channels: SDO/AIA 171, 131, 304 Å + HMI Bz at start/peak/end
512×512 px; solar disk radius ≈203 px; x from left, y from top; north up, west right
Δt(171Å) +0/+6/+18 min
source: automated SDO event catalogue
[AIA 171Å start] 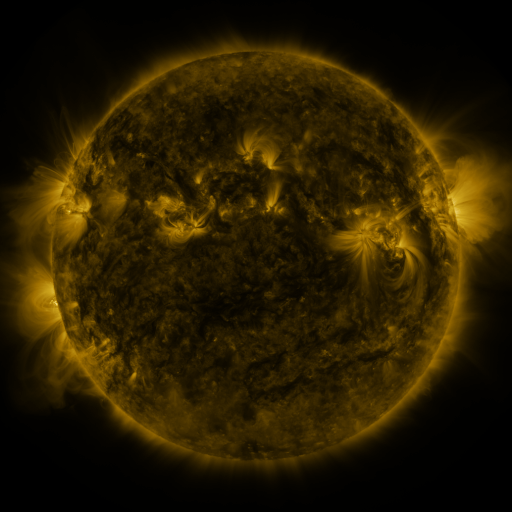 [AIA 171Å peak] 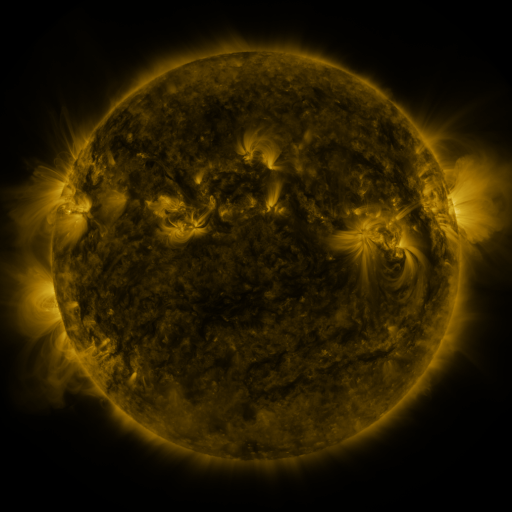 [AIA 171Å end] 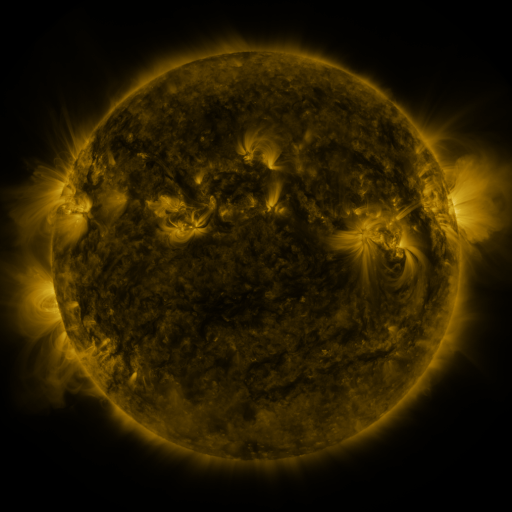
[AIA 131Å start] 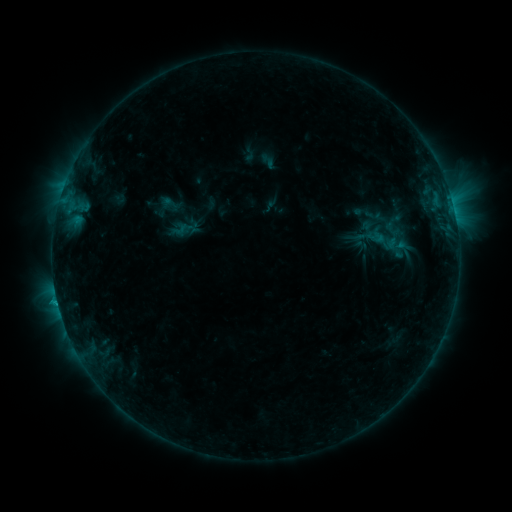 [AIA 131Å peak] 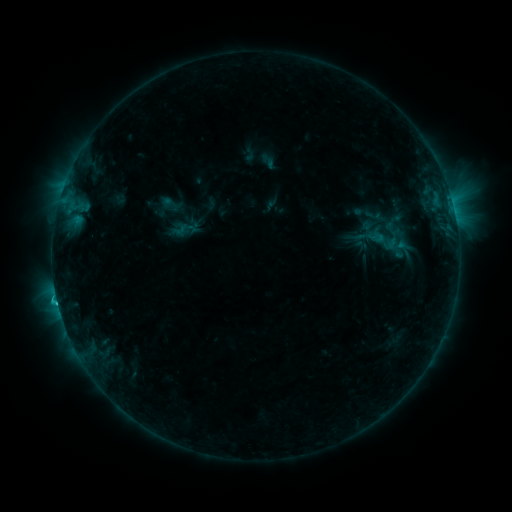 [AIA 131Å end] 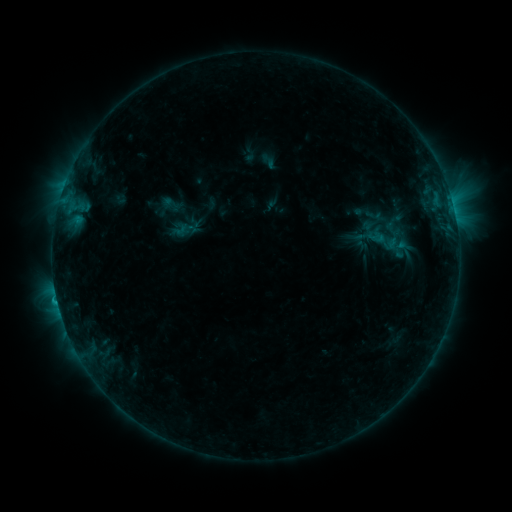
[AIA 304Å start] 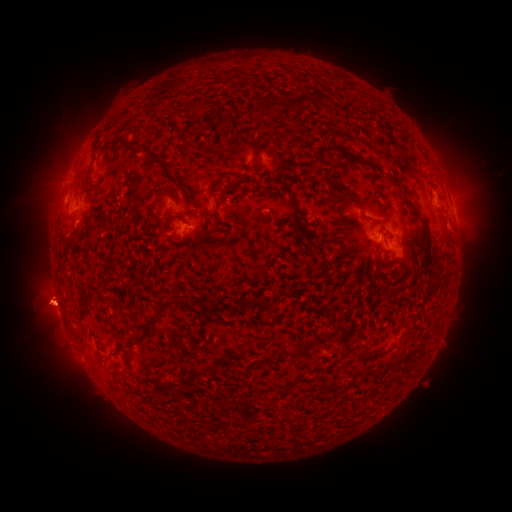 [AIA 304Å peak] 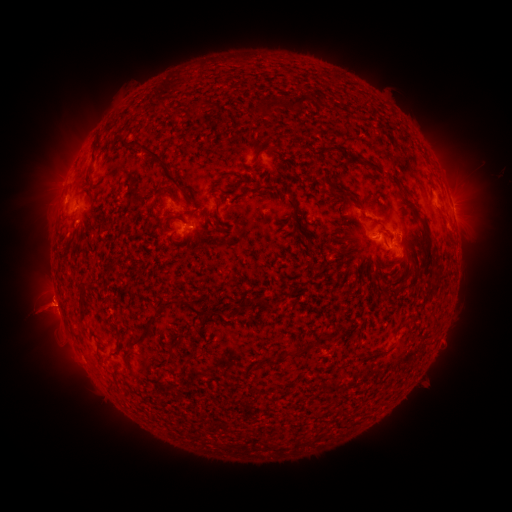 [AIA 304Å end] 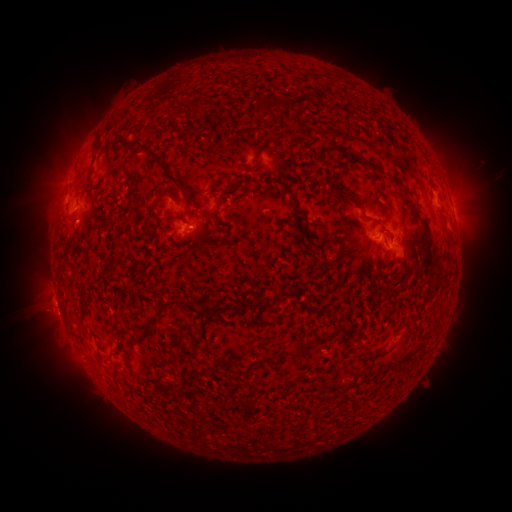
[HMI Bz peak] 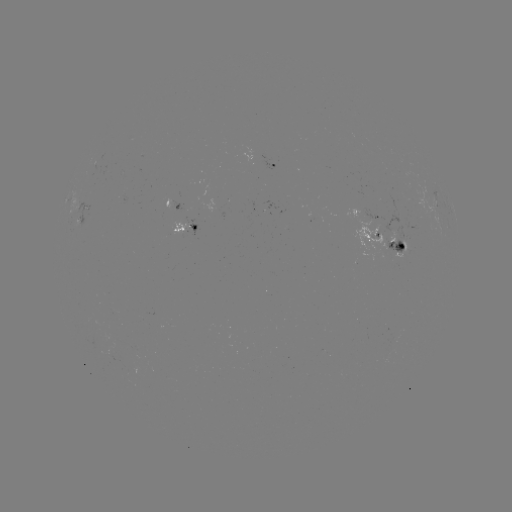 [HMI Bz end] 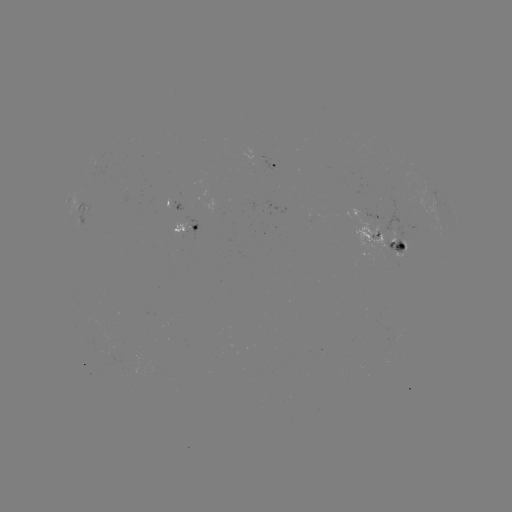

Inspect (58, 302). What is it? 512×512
C1.3 flare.